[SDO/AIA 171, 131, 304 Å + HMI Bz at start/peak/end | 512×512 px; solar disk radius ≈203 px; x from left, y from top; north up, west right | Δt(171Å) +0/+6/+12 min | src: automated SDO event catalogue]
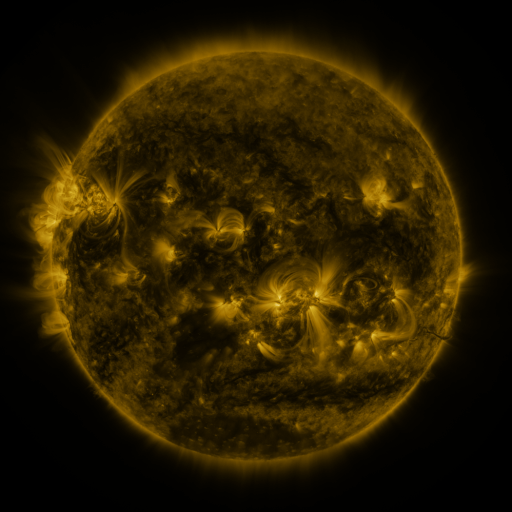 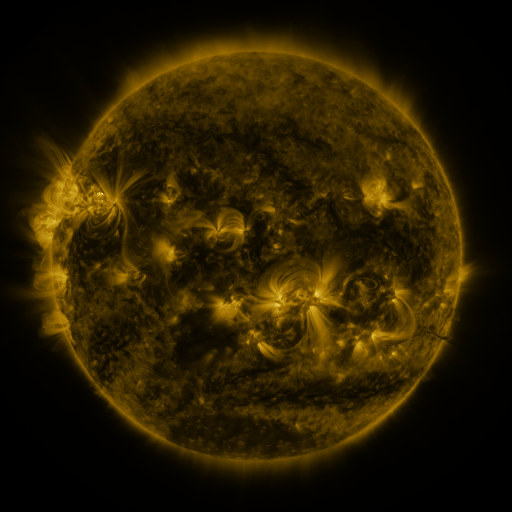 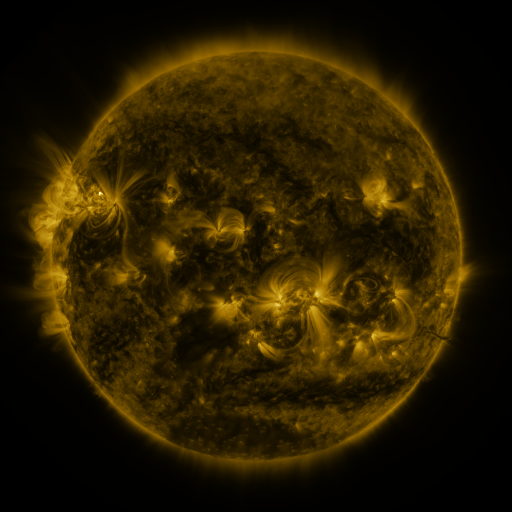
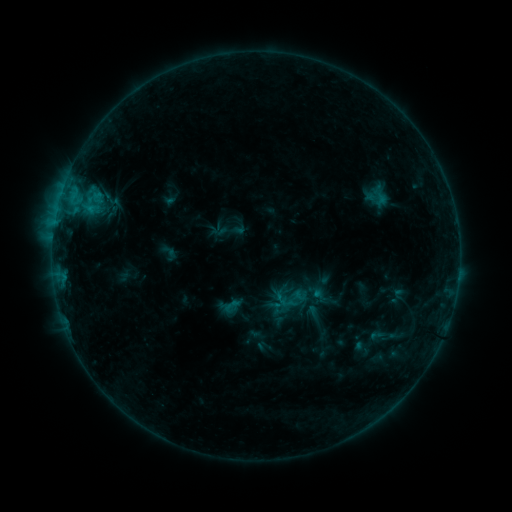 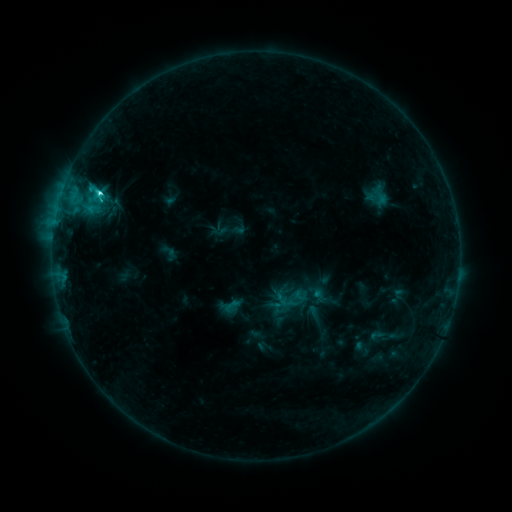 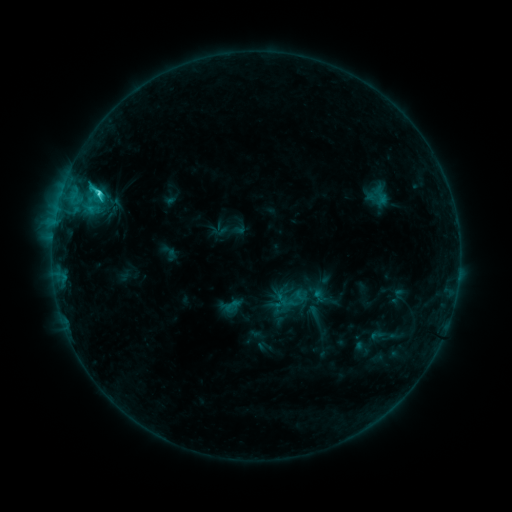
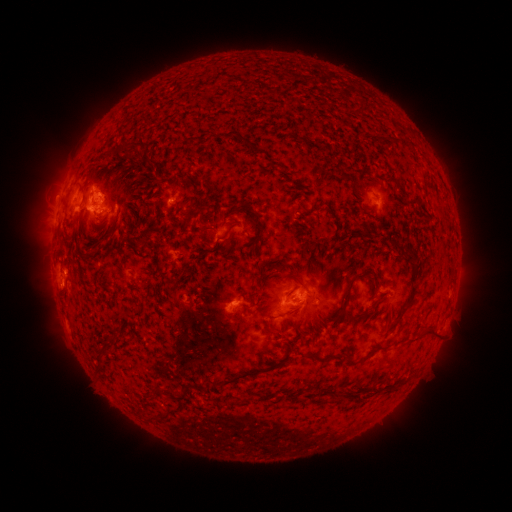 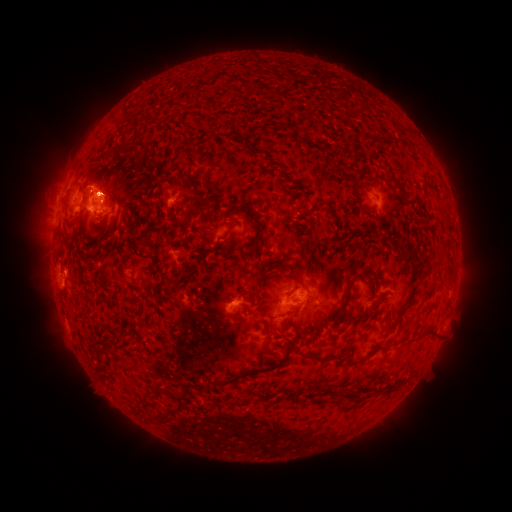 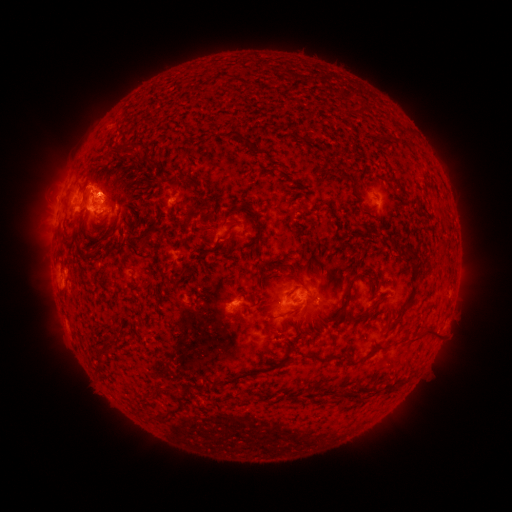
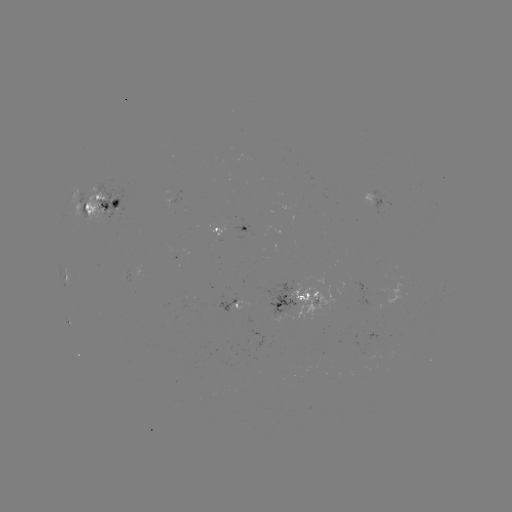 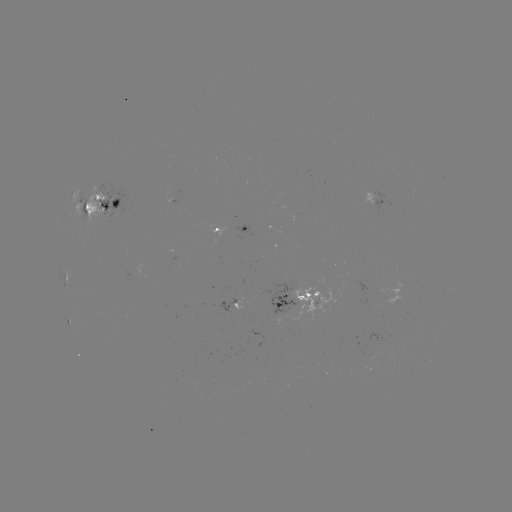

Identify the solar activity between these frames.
C2.8 flare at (100, 195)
